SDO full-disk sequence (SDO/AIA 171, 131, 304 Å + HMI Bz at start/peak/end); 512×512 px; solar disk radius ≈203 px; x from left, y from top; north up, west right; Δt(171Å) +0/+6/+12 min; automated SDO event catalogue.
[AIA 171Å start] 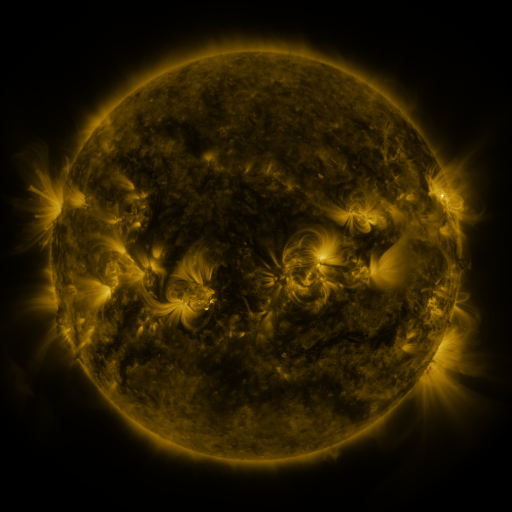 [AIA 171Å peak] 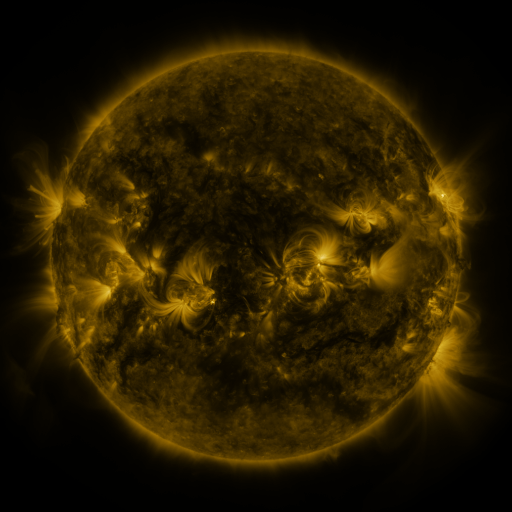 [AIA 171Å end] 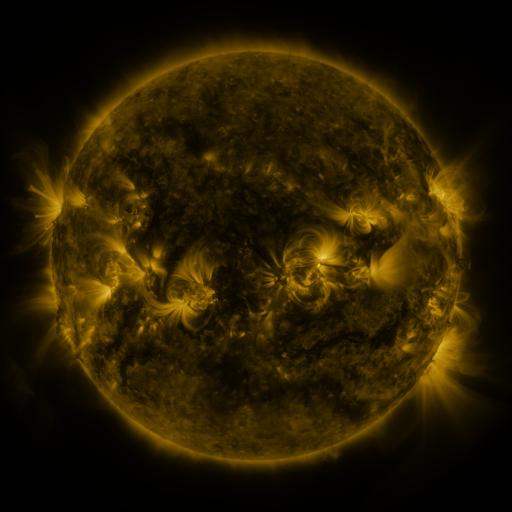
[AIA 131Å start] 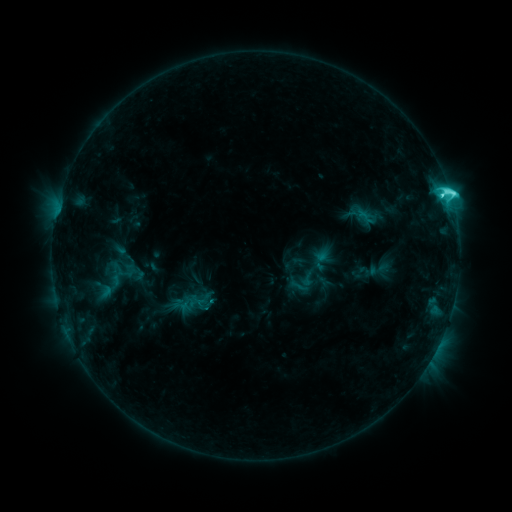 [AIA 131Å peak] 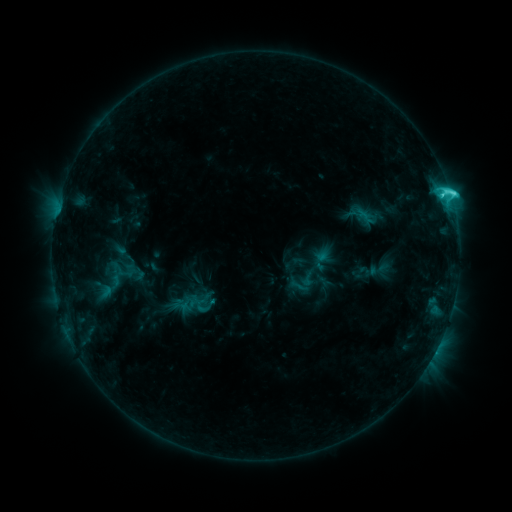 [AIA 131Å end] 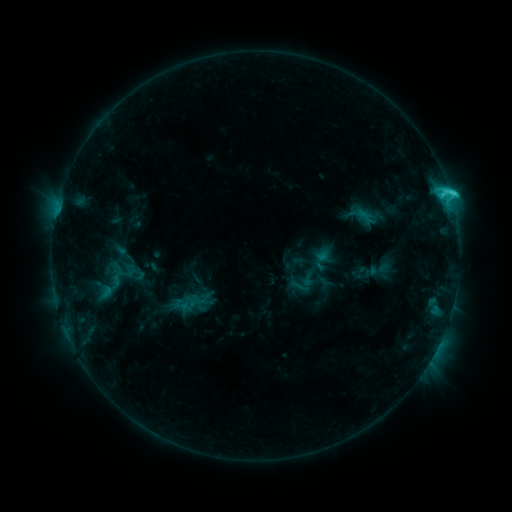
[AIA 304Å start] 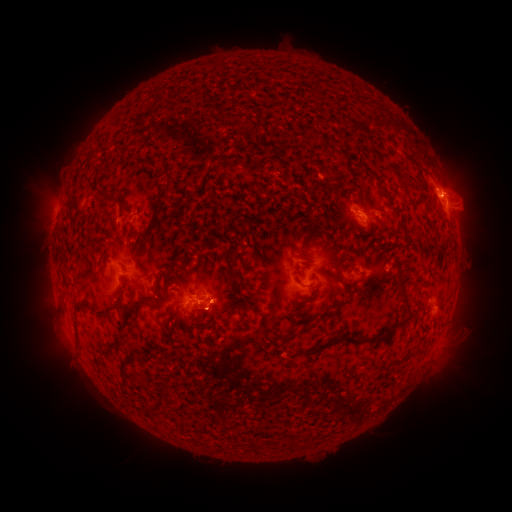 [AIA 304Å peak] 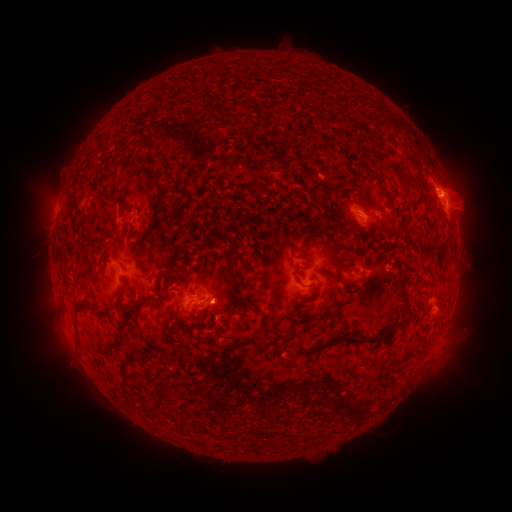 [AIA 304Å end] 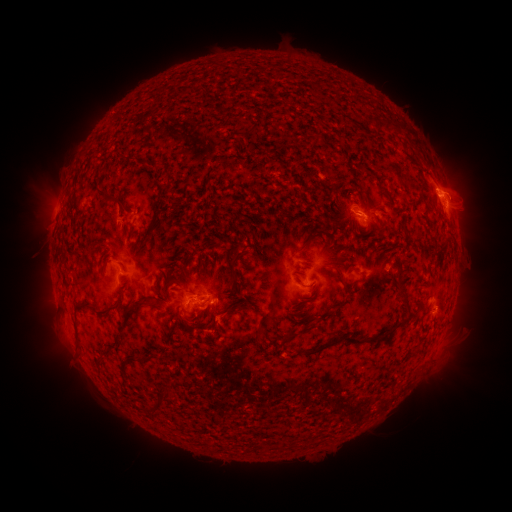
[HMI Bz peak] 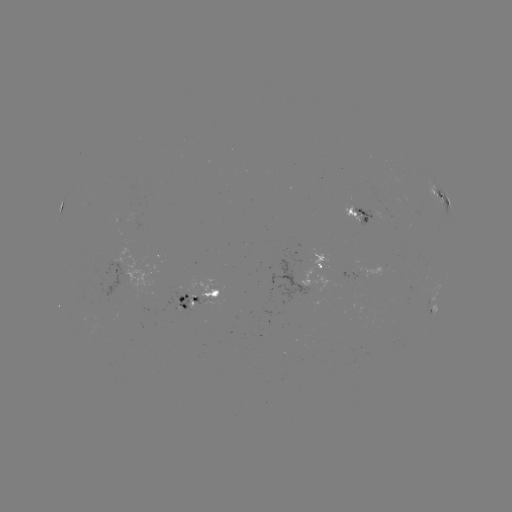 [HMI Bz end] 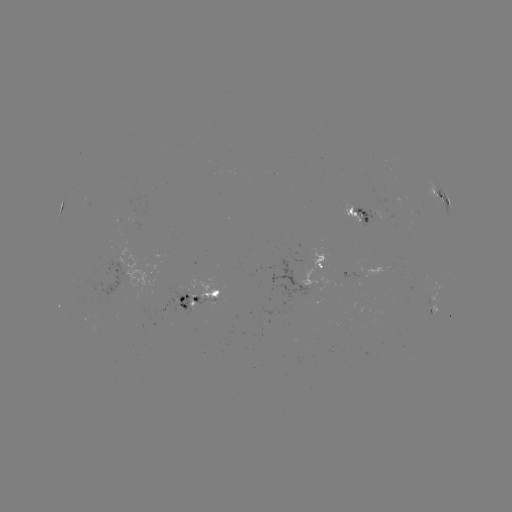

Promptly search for eruption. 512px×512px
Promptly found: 220,306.